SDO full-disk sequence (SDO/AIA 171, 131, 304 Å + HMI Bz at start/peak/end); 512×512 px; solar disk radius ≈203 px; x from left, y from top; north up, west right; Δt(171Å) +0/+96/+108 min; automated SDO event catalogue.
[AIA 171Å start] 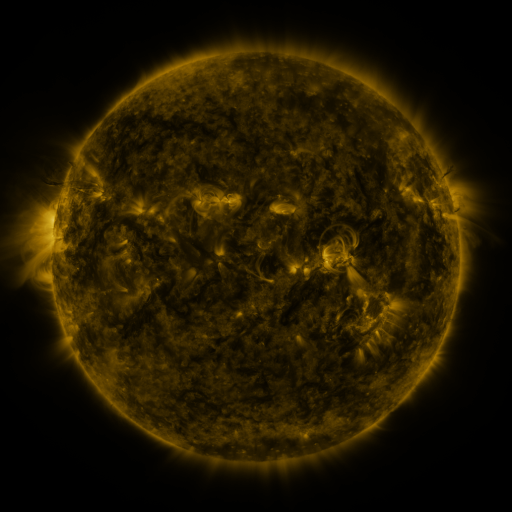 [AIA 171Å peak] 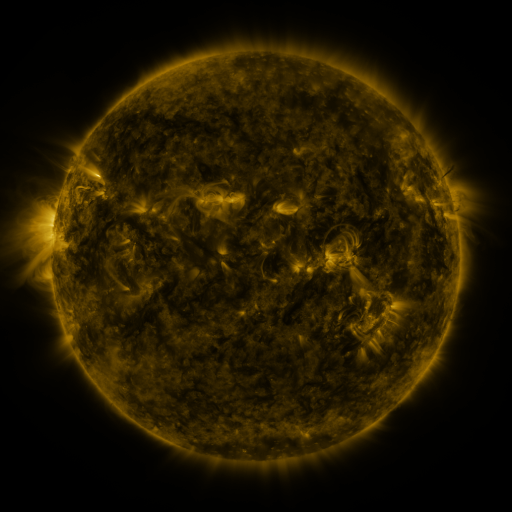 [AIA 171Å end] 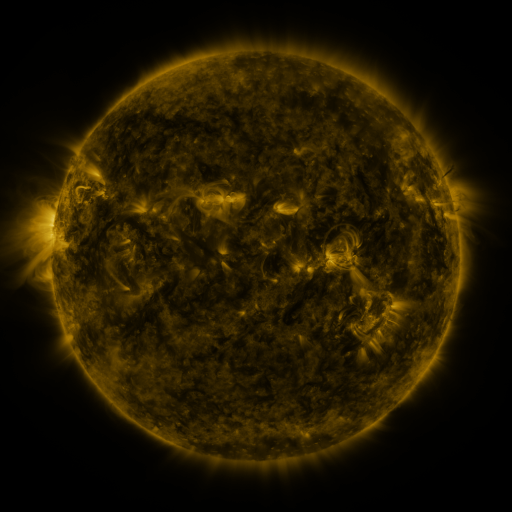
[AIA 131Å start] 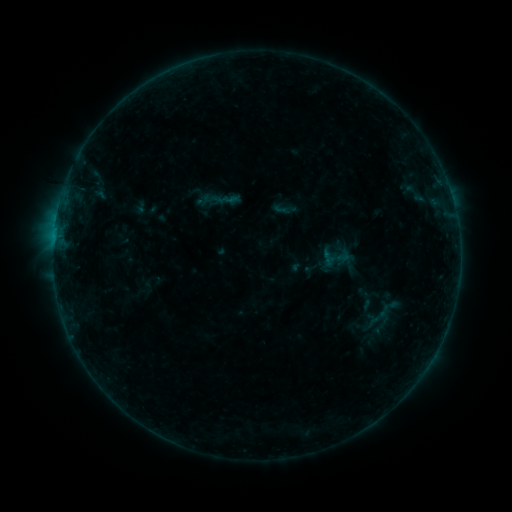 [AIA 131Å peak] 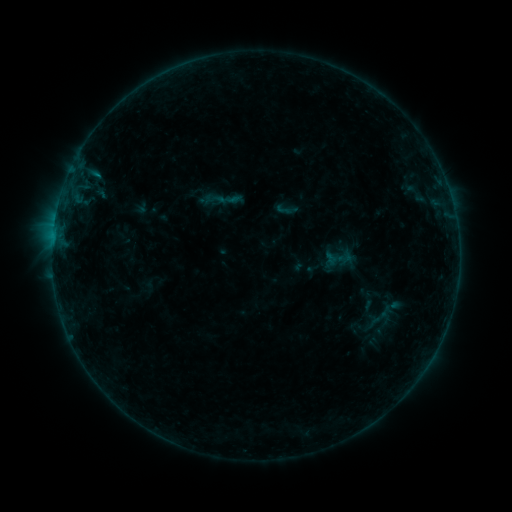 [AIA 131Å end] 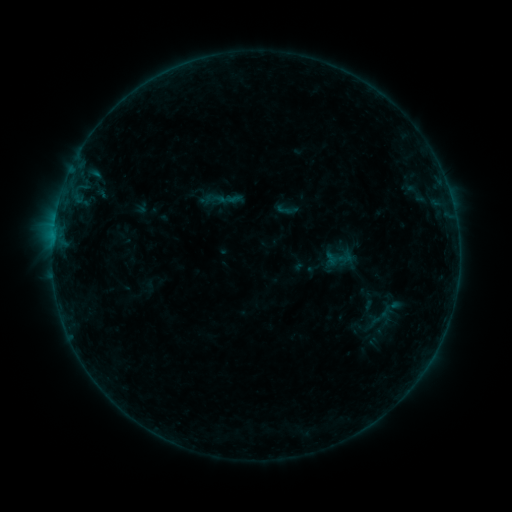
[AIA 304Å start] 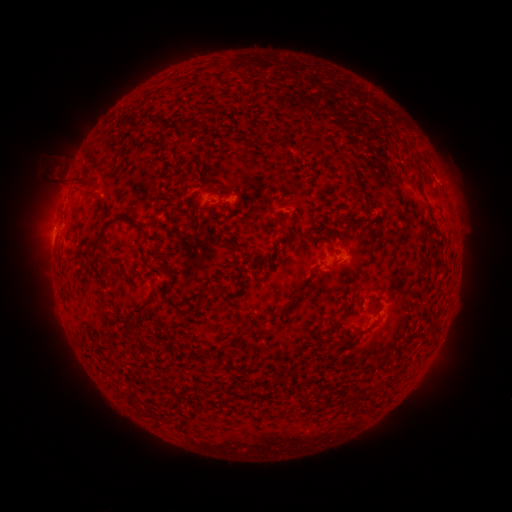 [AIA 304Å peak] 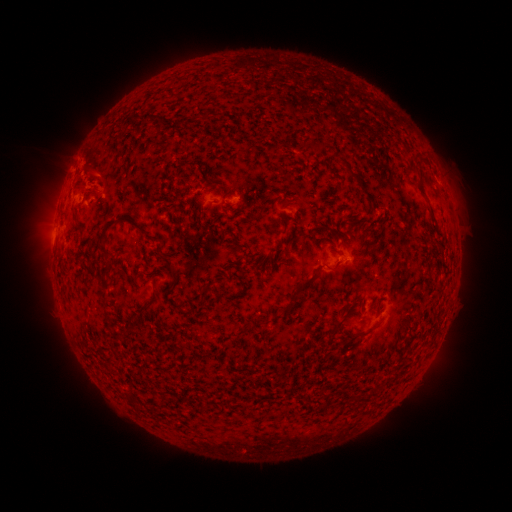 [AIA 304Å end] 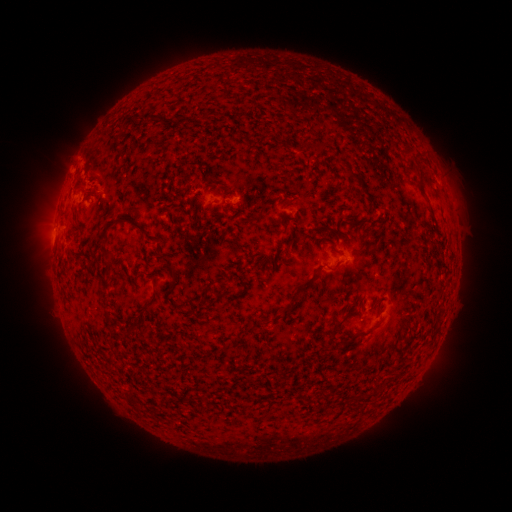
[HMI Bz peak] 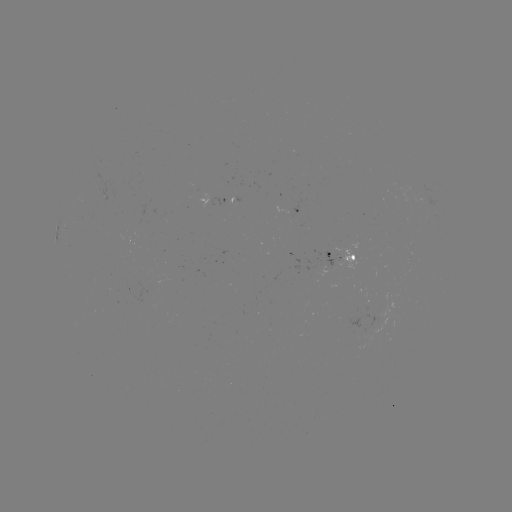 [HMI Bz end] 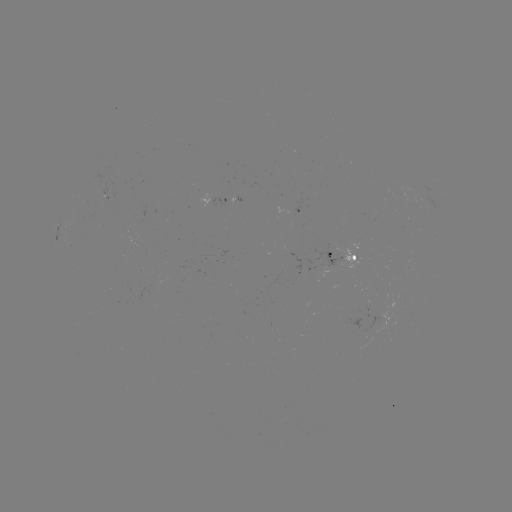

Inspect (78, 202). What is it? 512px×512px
B2.7 flare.